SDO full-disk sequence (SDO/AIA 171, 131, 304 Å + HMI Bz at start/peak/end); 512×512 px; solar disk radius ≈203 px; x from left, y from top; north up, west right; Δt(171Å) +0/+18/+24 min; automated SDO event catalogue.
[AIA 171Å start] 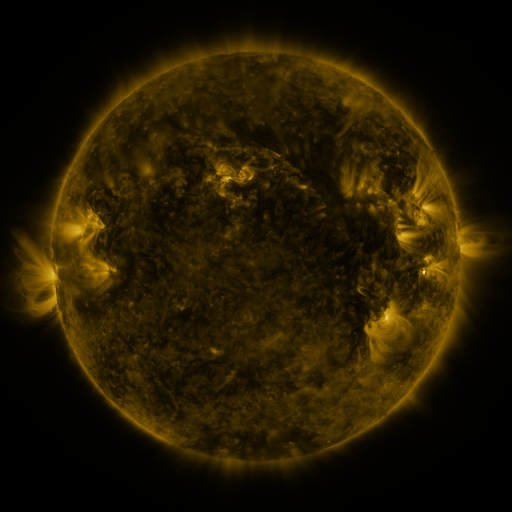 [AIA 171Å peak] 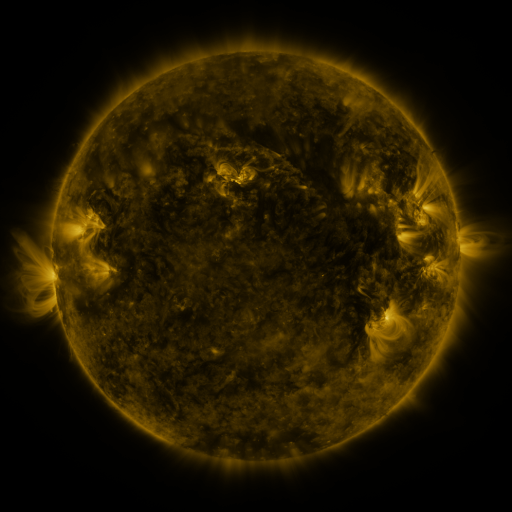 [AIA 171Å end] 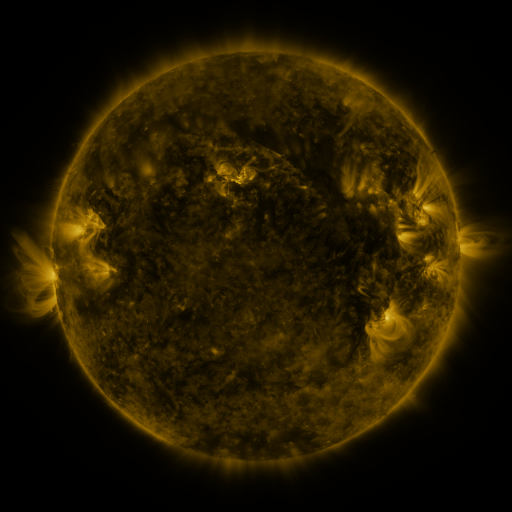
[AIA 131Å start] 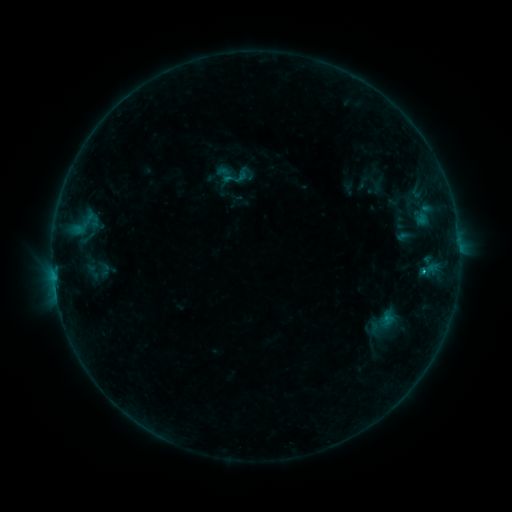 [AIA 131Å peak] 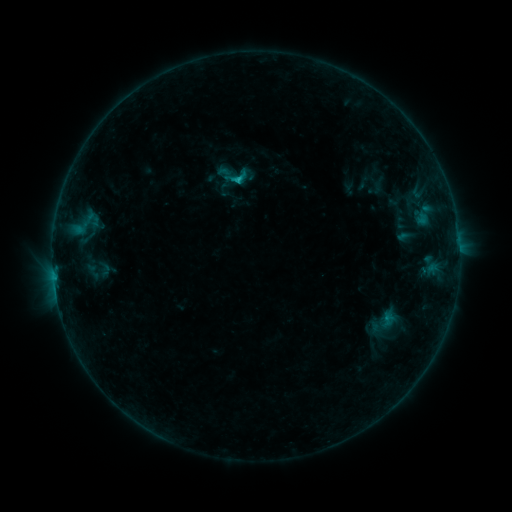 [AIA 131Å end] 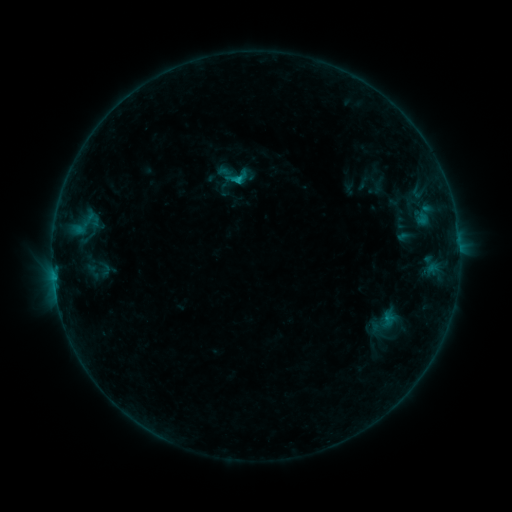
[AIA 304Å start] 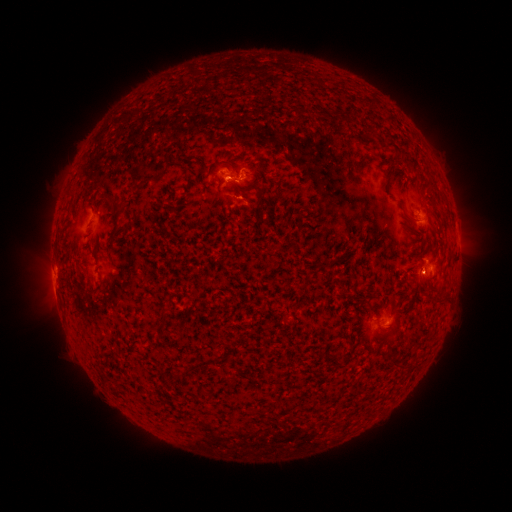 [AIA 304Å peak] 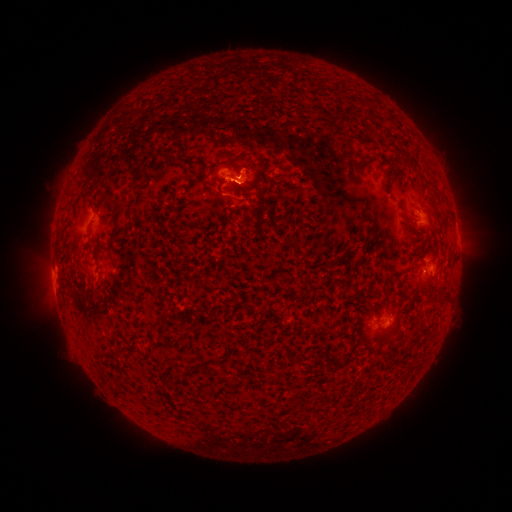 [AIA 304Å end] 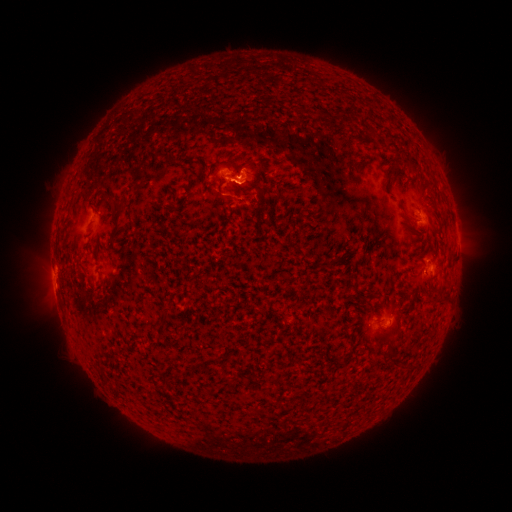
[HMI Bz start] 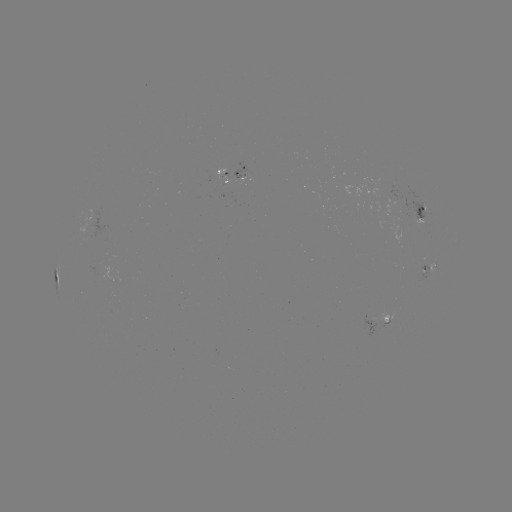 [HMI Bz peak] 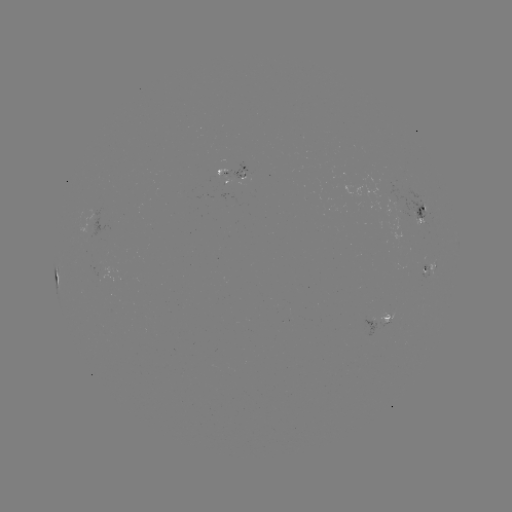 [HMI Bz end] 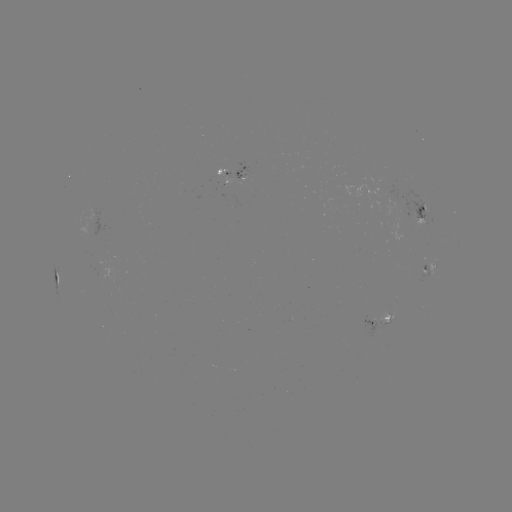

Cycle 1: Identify B9.0 flare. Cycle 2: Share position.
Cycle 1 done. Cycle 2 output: (239, 180).